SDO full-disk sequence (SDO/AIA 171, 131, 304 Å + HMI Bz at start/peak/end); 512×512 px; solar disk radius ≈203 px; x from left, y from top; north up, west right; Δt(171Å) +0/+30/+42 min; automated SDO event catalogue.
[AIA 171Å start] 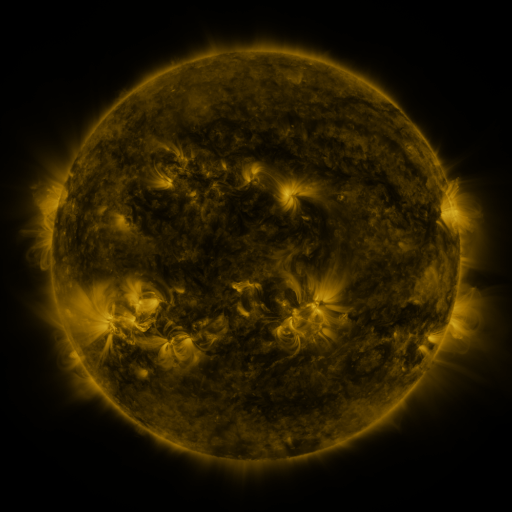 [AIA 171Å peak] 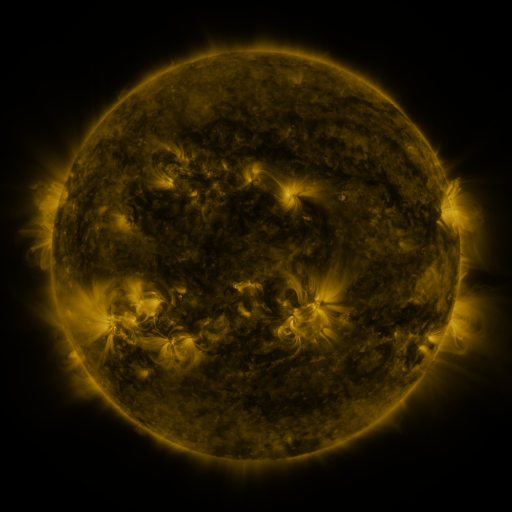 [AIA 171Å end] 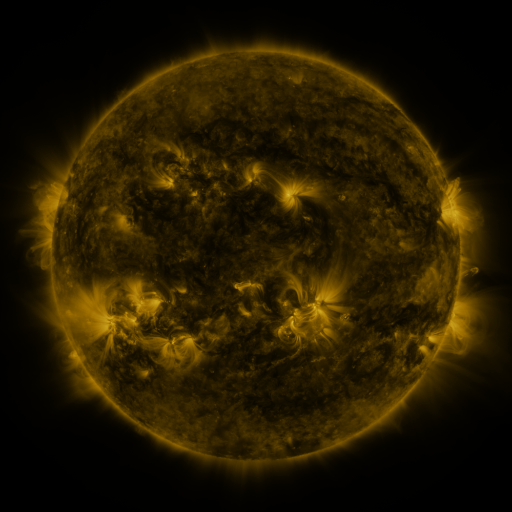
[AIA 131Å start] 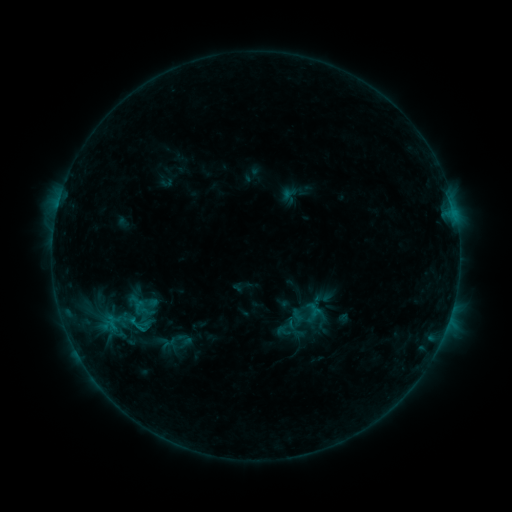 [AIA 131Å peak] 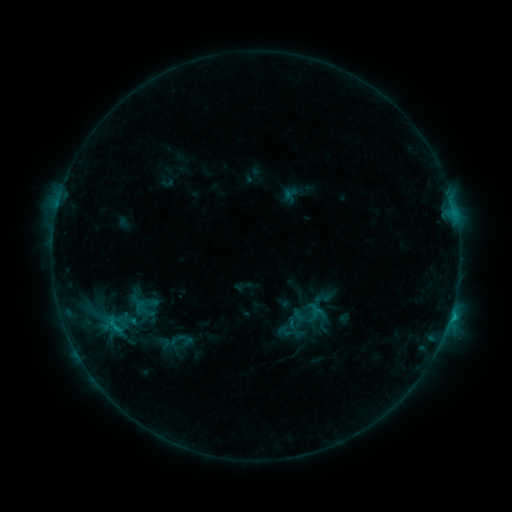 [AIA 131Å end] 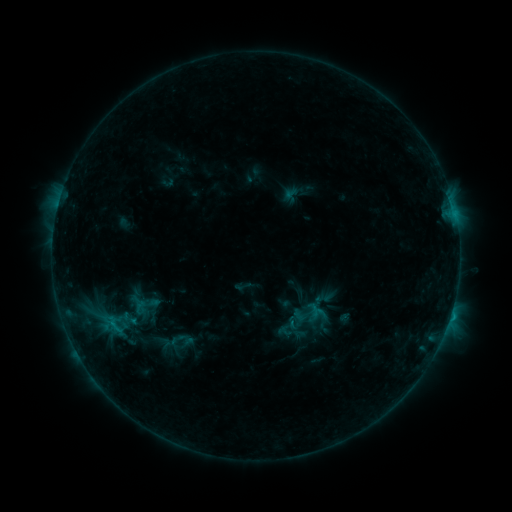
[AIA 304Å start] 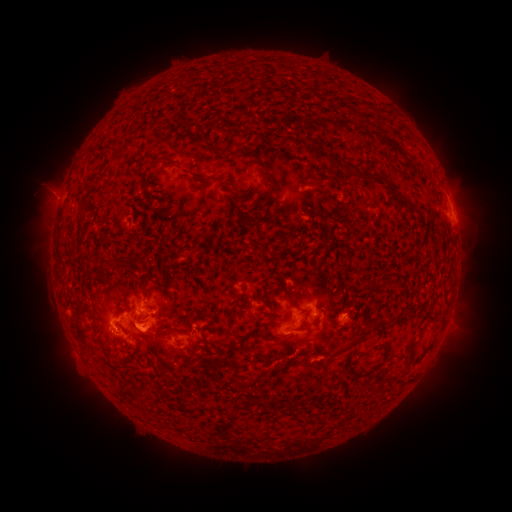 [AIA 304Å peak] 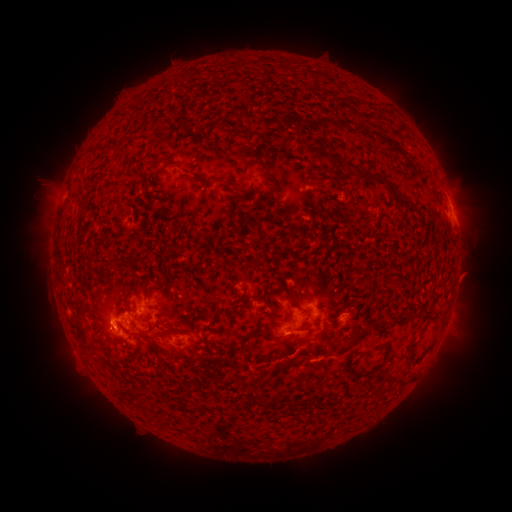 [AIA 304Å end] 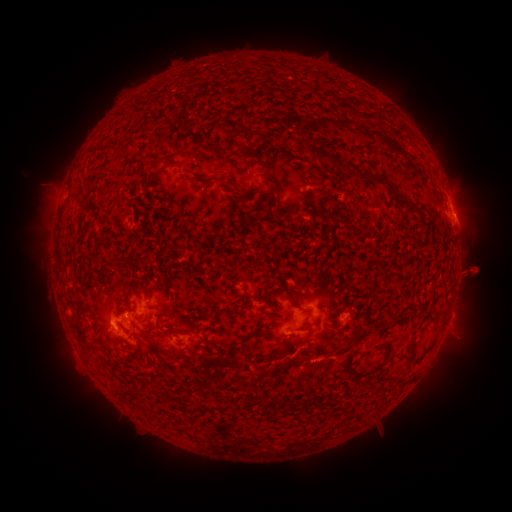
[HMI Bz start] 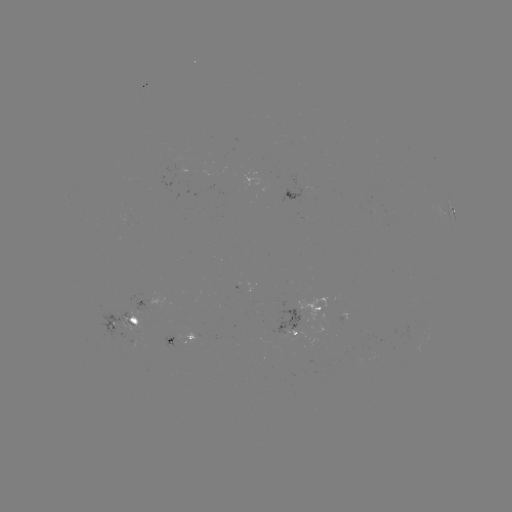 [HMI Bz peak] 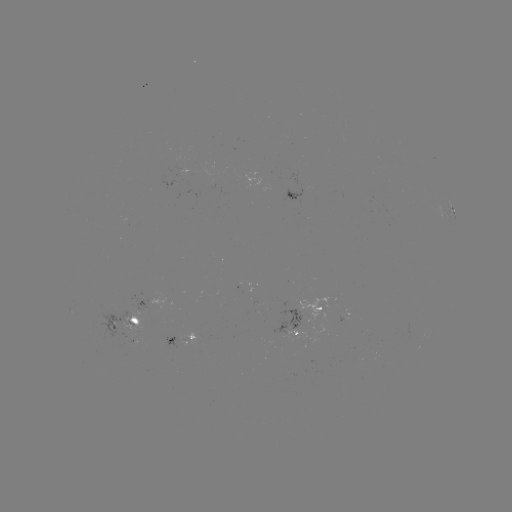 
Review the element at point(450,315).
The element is C1.2 flare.